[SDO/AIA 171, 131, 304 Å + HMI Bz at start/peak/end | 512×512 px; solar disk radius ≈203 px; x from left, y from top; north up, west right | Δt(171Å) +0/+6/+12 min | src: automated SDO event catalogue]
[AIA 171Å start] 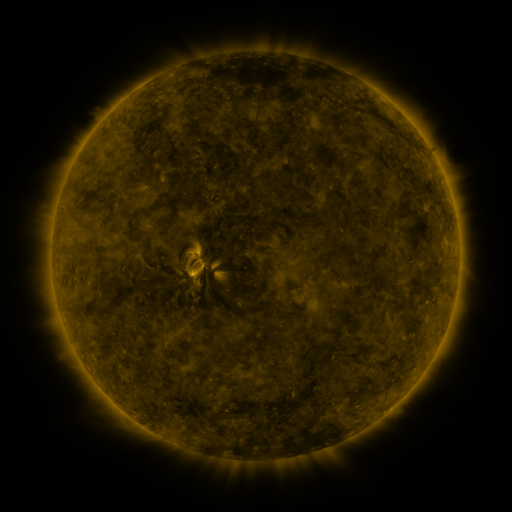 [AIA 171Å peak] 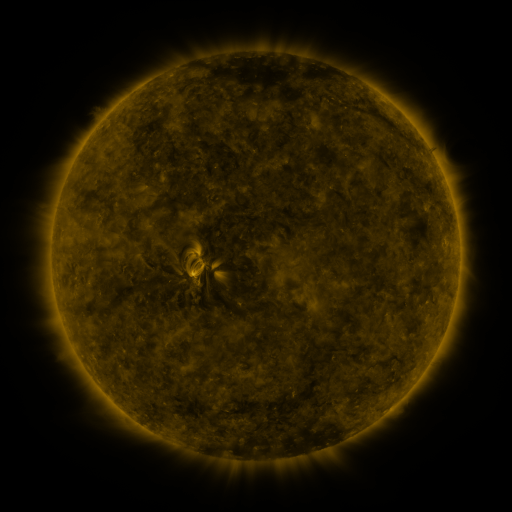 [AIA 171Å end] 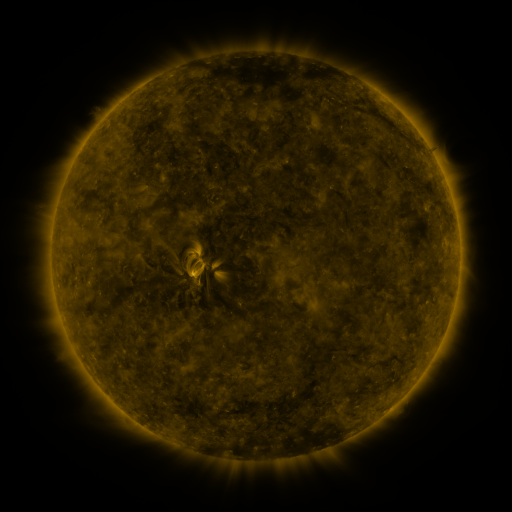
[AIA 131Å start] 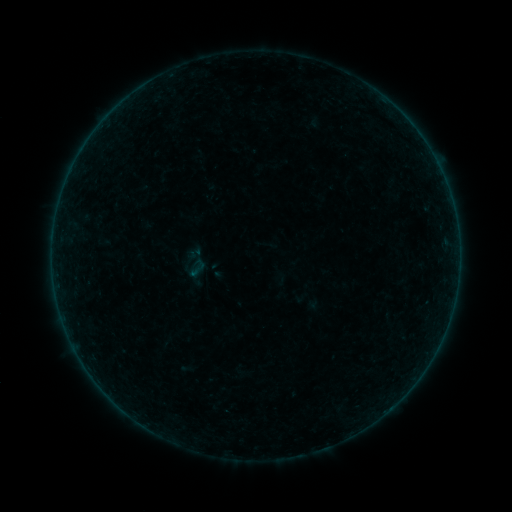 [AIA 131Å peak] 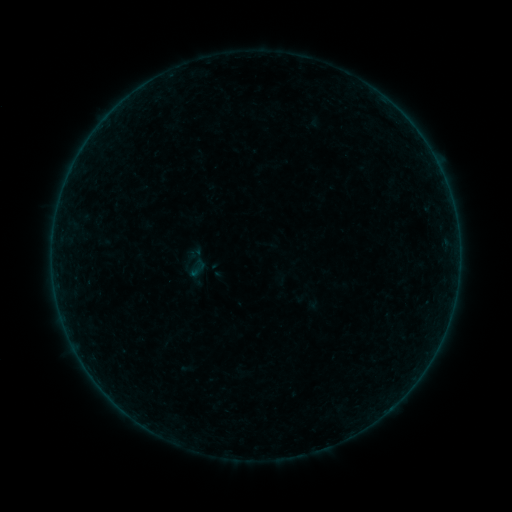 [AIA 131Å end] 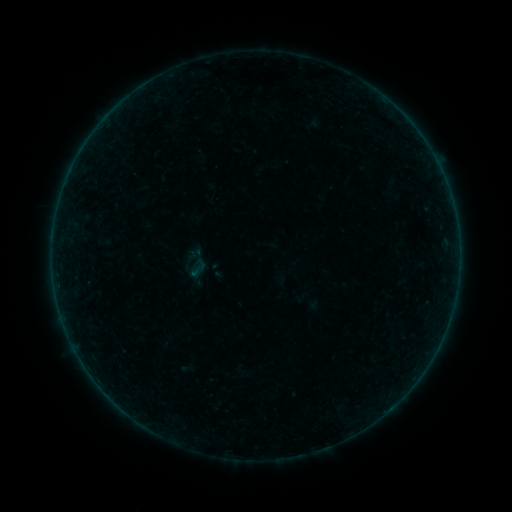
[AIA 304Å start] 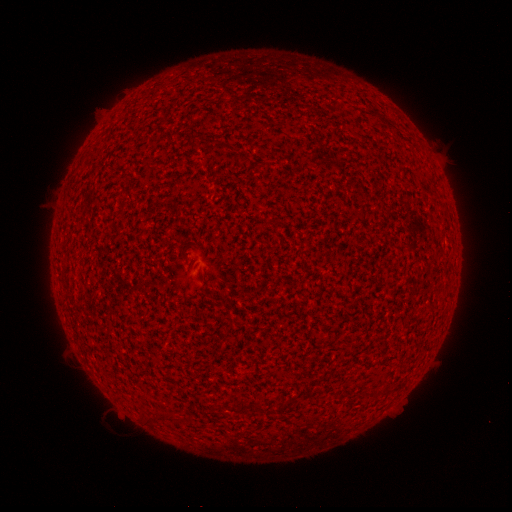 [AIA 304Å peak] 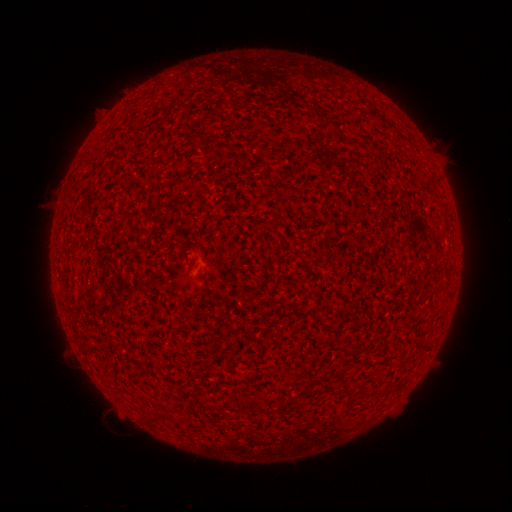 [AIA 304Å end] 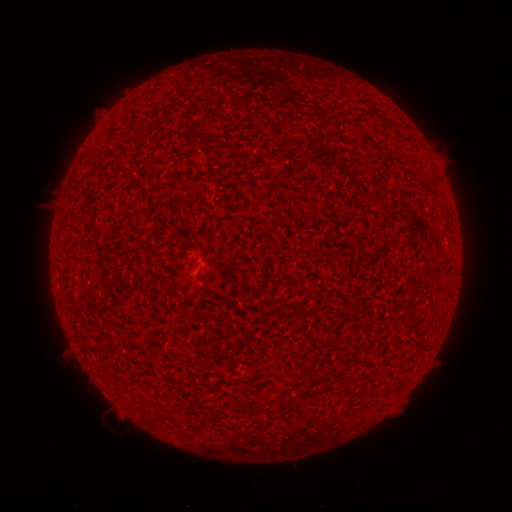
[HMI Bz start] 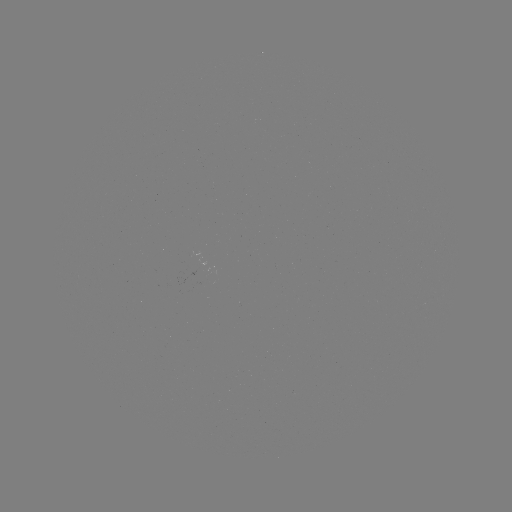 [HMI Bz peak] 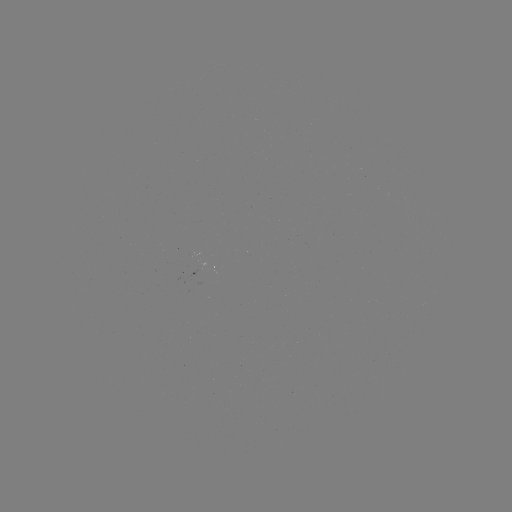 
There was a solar flare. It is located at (117, 404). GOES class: A2.6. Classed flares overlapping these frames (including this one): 1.